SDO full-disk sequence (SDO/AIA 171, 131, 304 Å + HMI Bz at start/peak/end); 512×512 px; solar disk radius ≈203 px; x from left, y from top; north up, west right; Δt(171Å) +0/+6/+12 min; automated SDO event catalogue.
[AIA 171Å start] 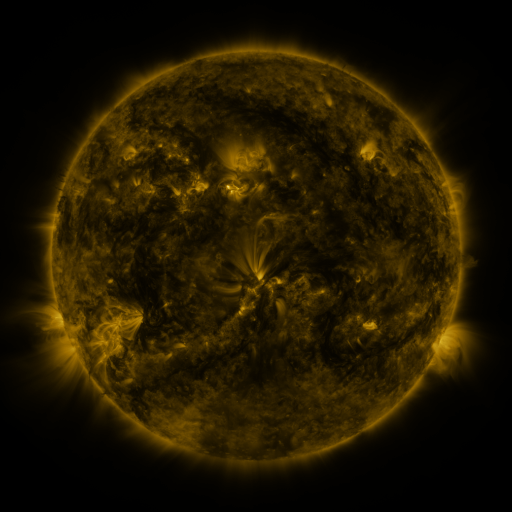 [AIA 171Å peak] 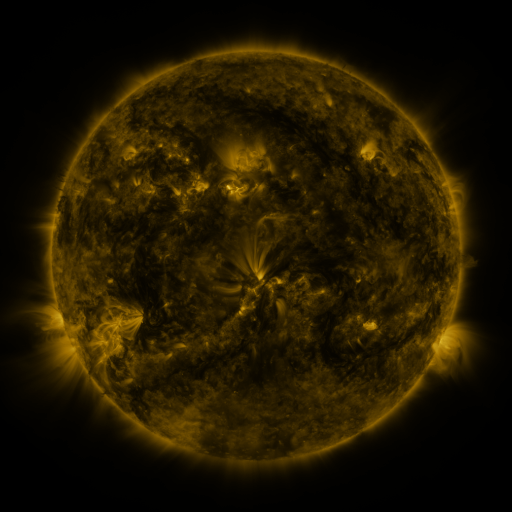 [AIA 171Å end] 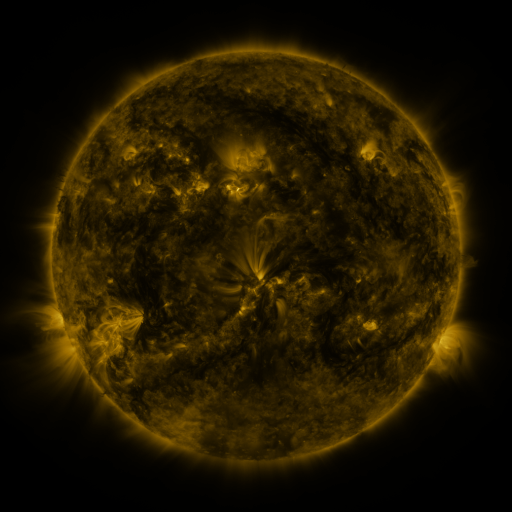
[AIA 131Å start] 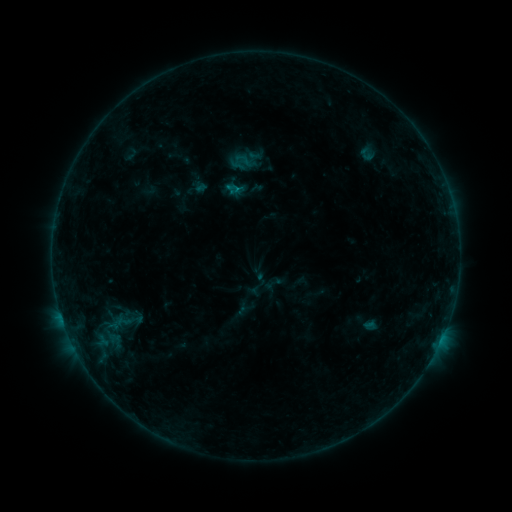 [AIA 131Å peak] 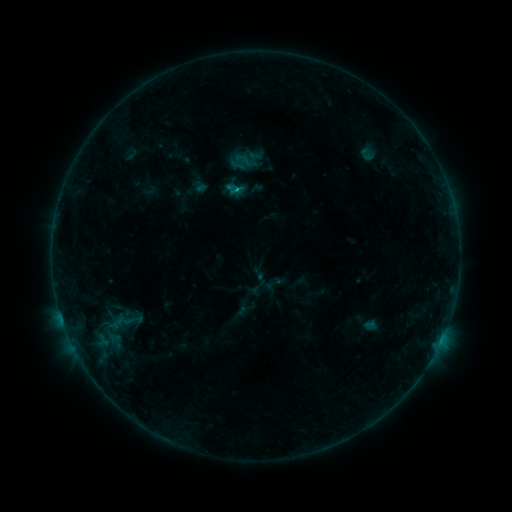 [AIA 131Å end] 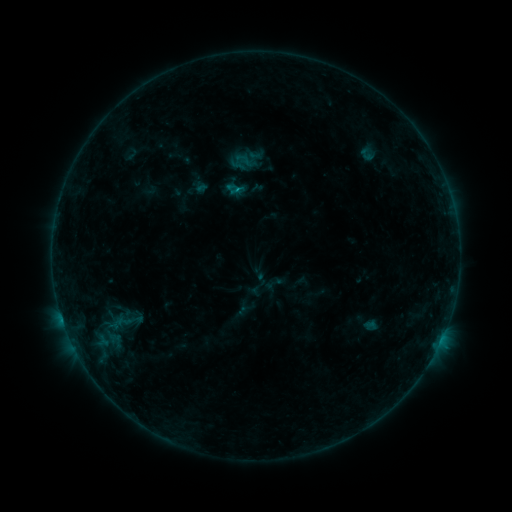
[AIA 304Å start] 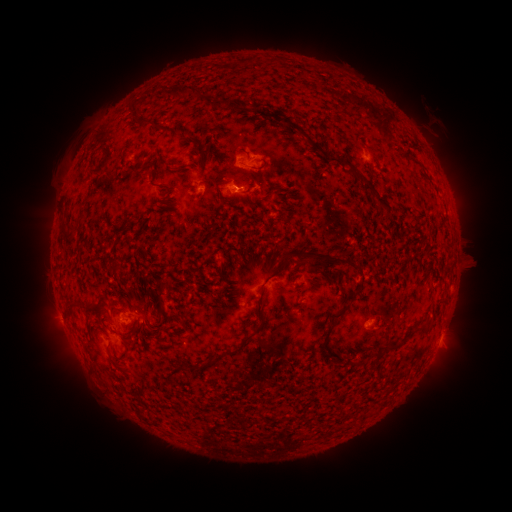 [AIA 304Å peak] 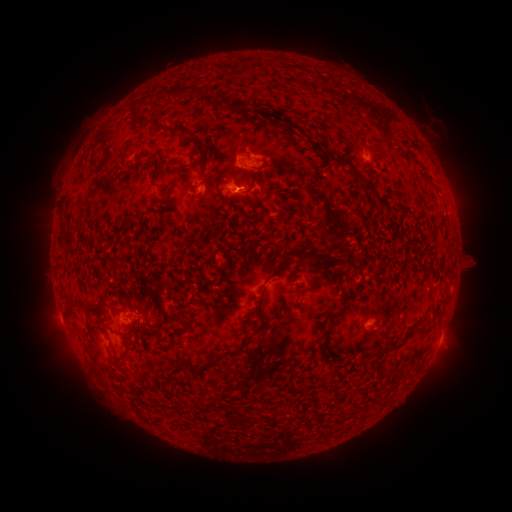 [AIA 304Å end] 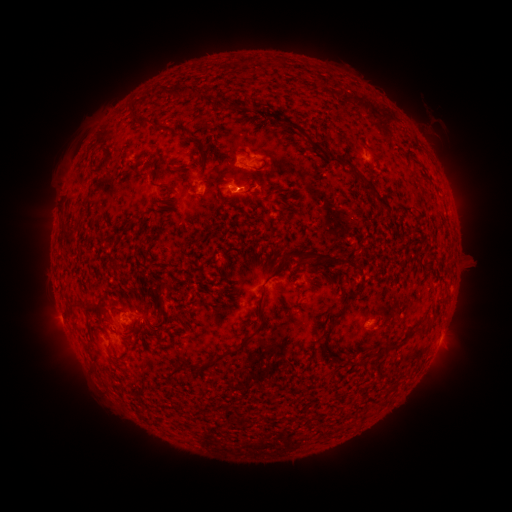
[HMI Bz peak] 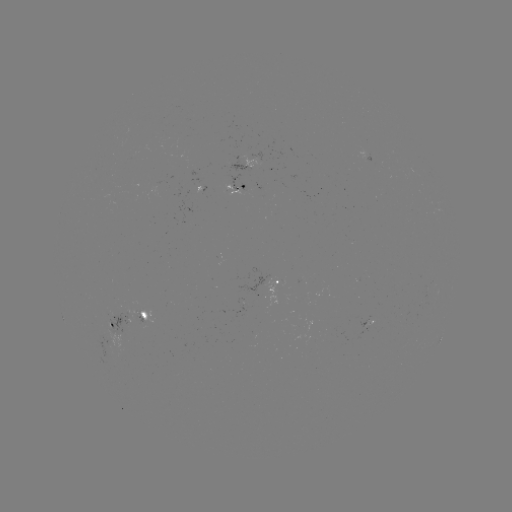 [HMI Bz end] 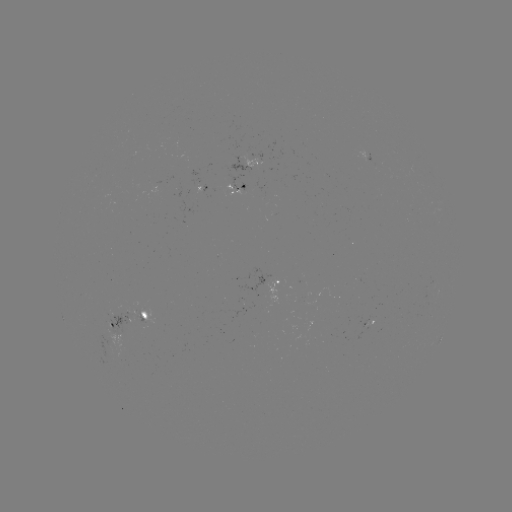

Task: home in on B4.0 flare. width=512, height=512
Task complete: (238, 193).